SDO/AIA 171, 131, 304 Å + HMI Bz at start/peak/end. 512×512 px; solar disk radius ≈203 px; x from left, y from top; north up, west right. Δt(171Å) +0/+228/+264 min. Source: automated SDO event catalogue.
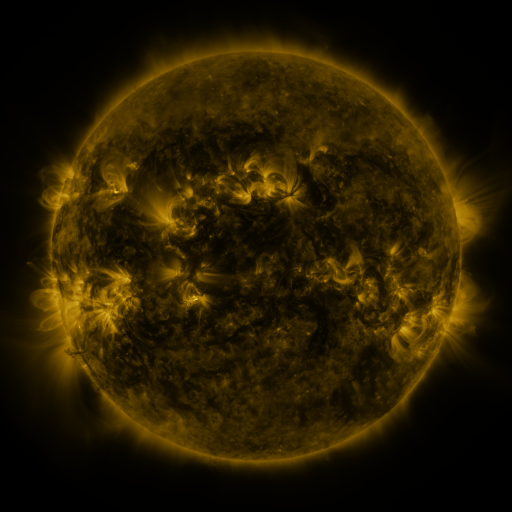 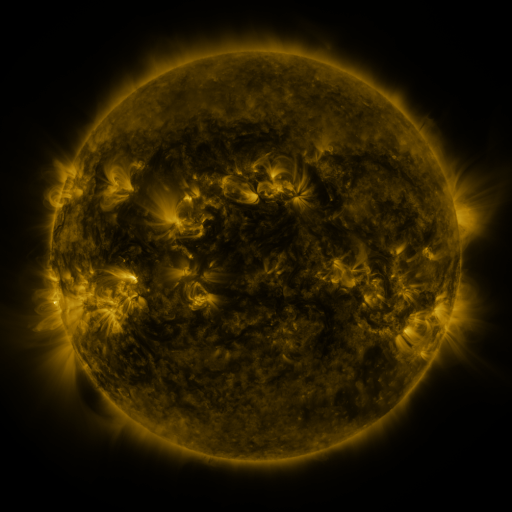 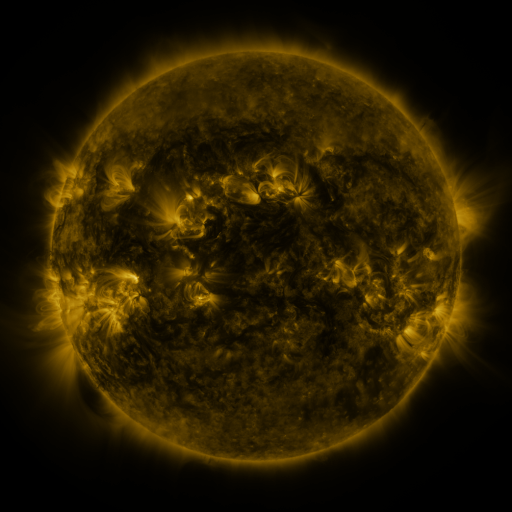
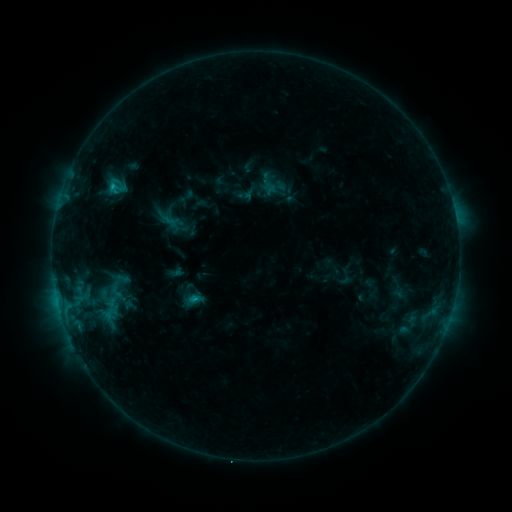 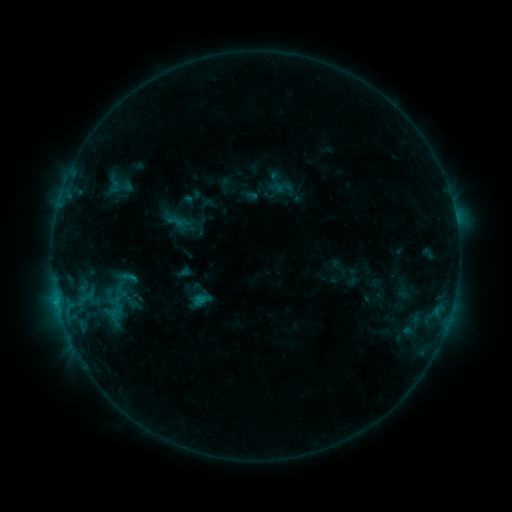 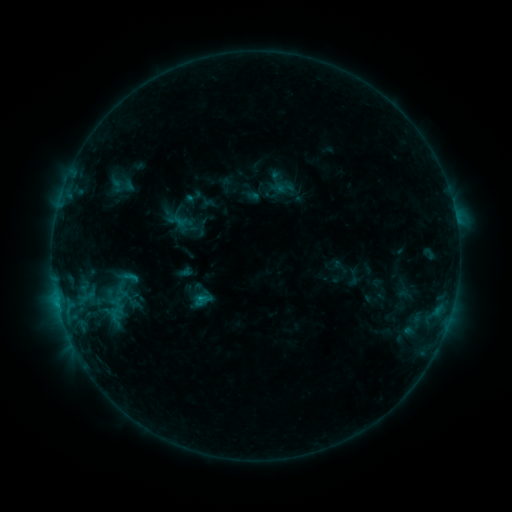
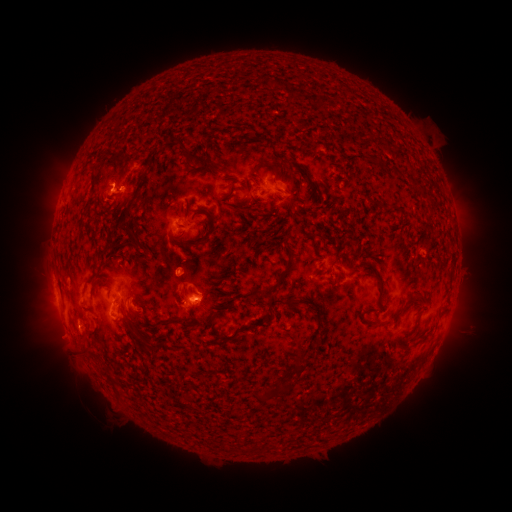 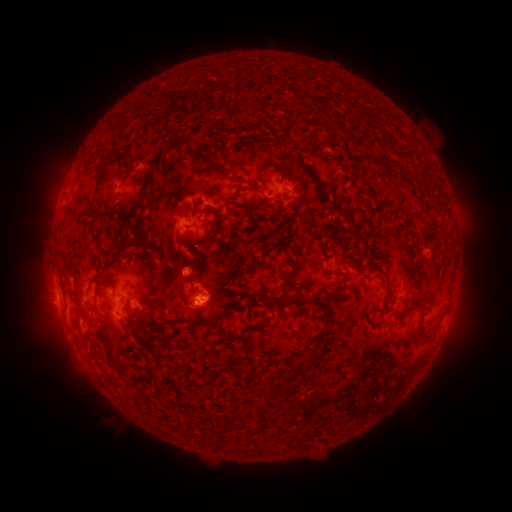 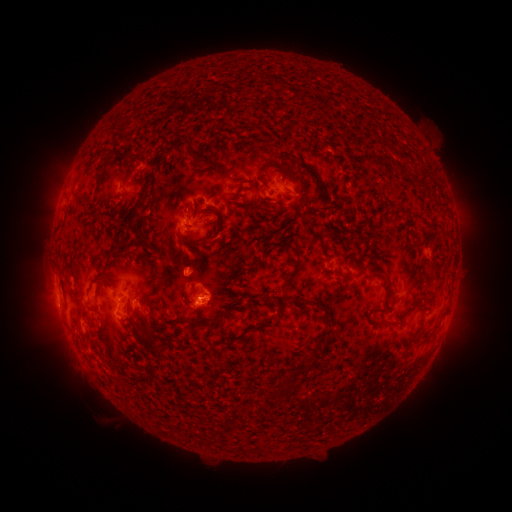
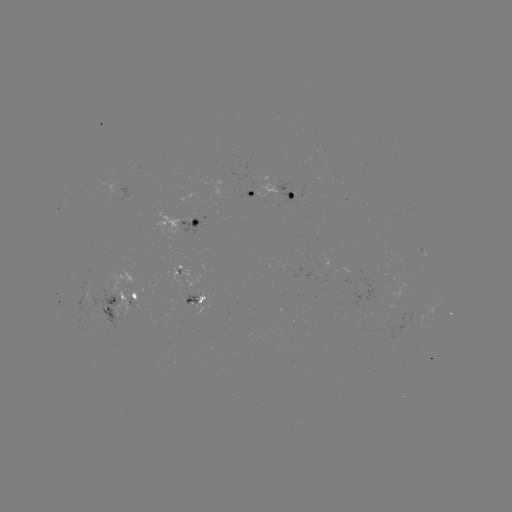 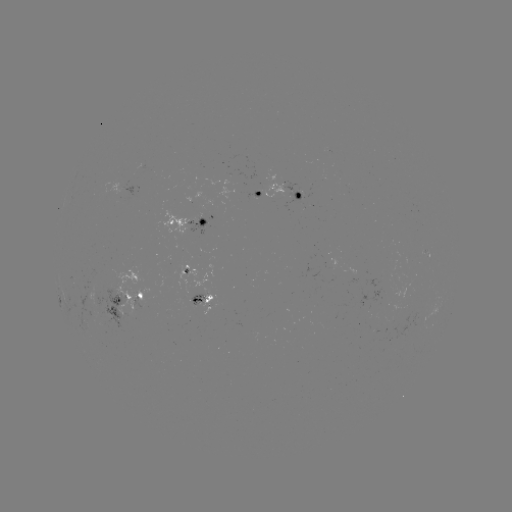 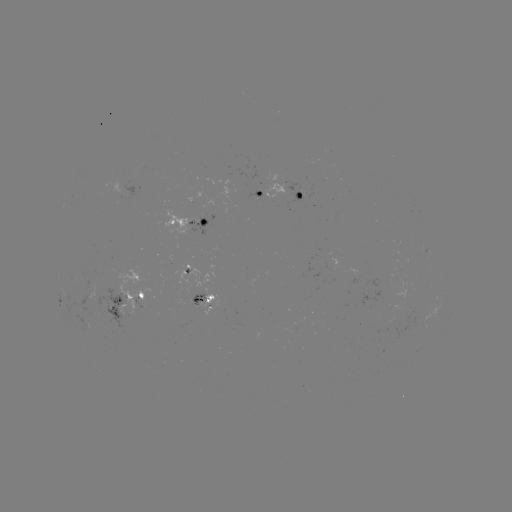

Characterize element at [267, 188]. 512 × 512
emerging-flux region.